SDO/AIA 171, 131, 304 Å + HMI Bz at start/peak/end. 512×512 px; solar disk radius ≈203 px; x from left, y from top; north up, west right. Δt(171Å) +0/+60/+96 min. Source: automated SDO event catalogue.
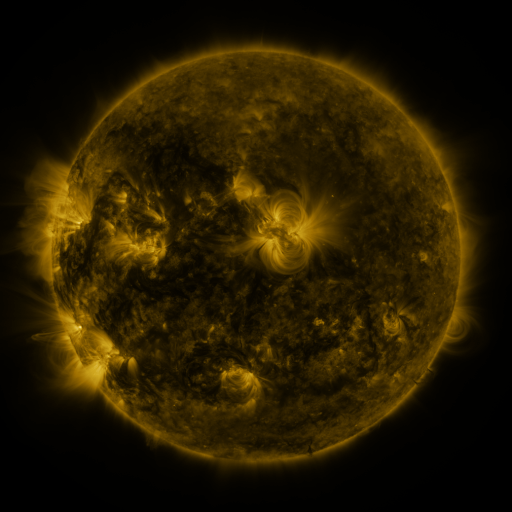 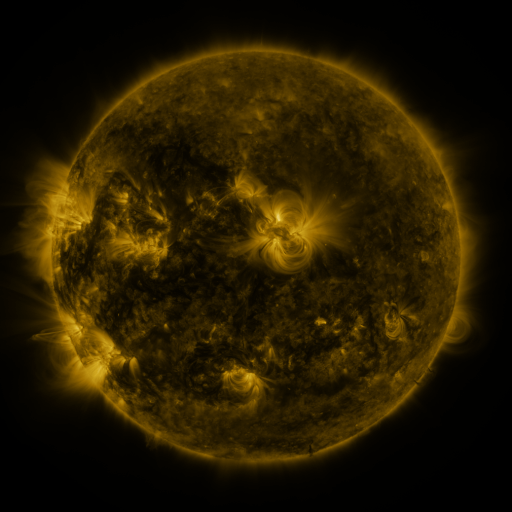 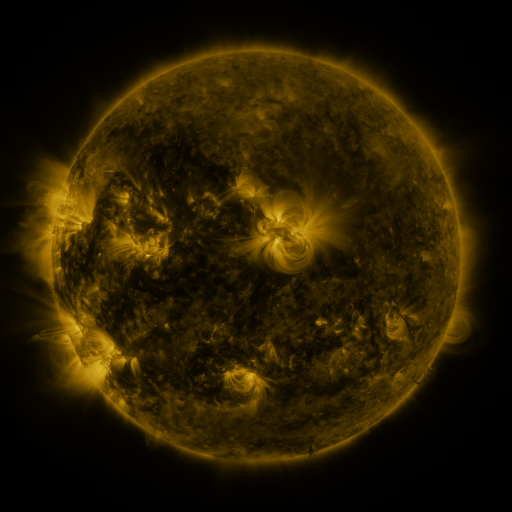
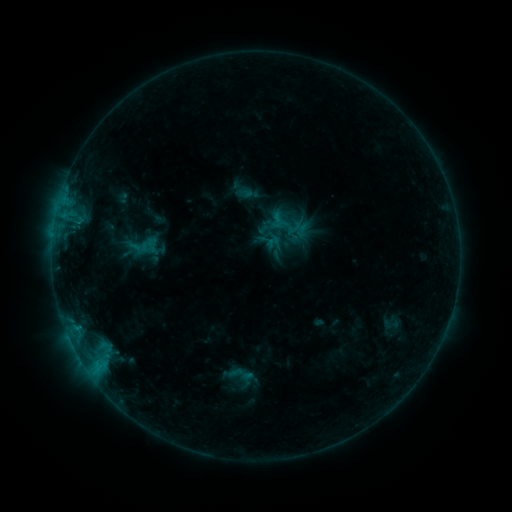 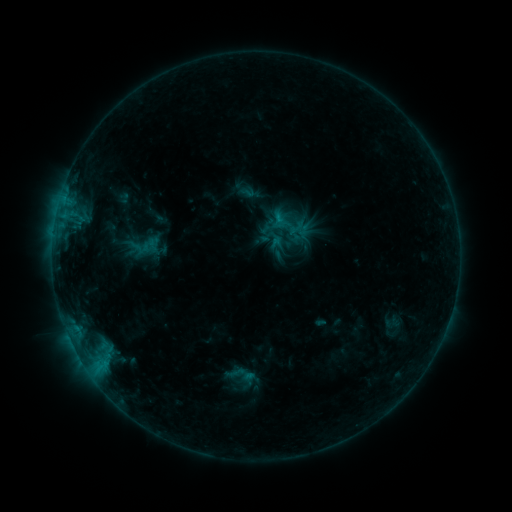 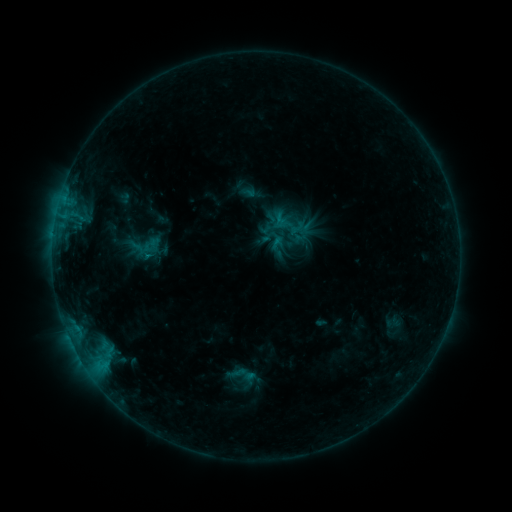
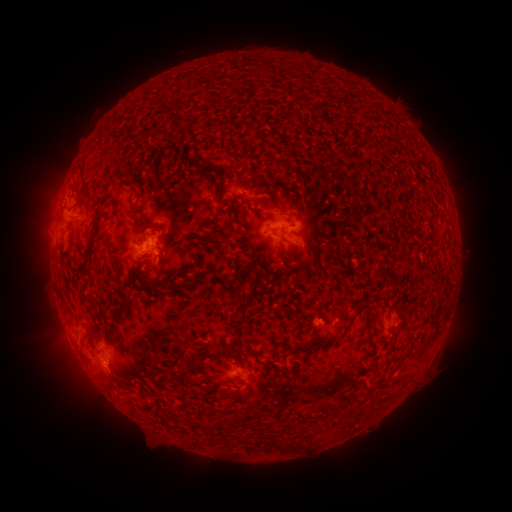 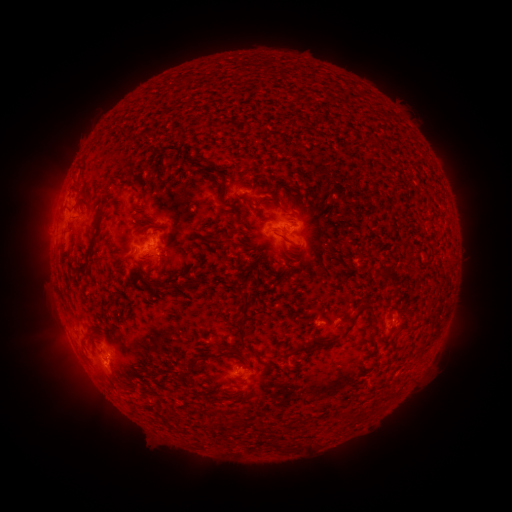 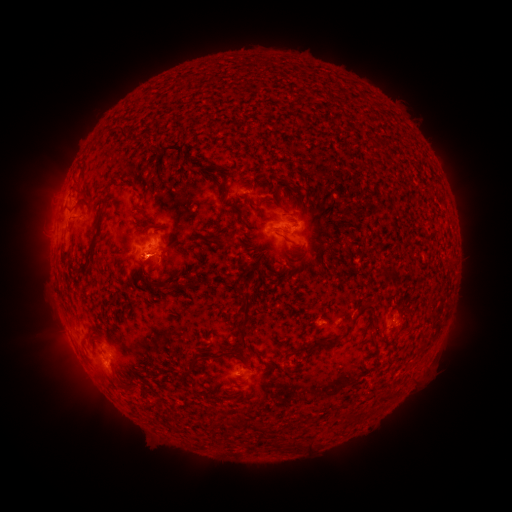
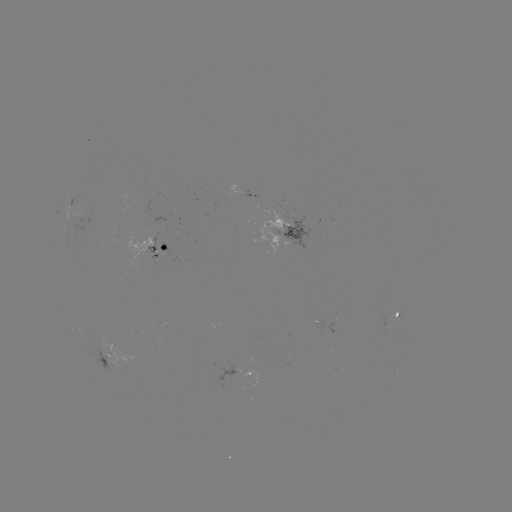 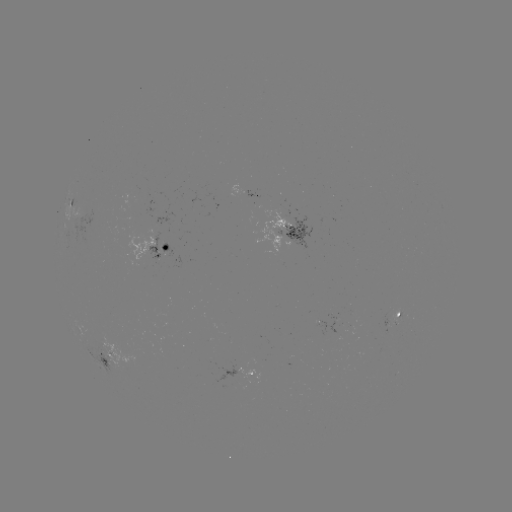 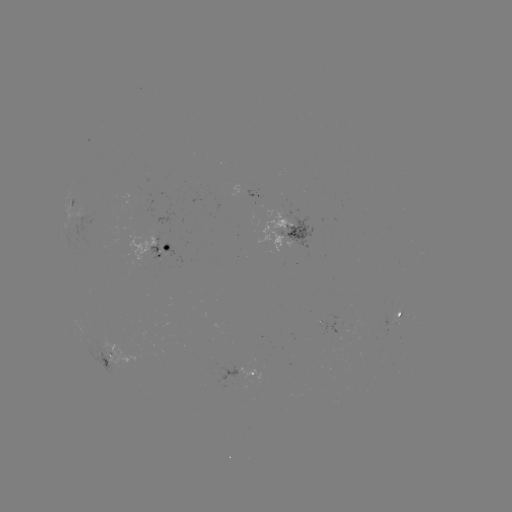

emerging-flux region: (211, 362, 245, 392)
